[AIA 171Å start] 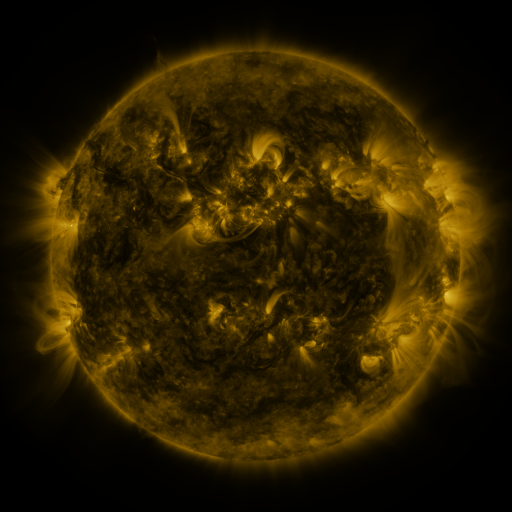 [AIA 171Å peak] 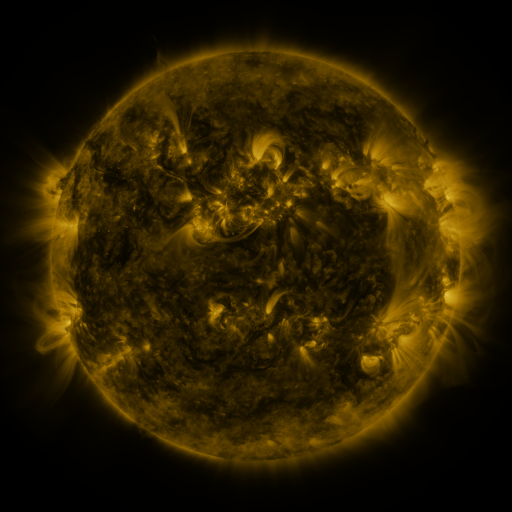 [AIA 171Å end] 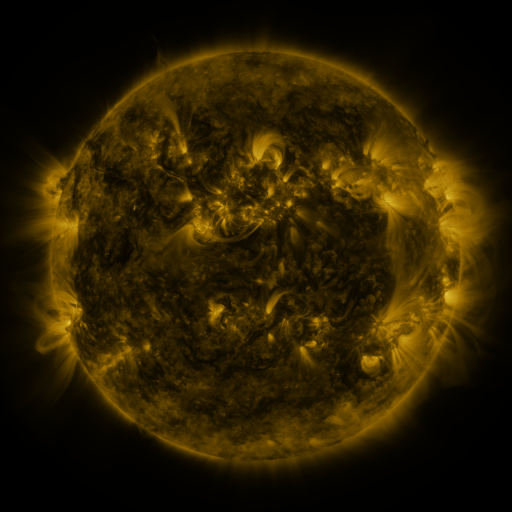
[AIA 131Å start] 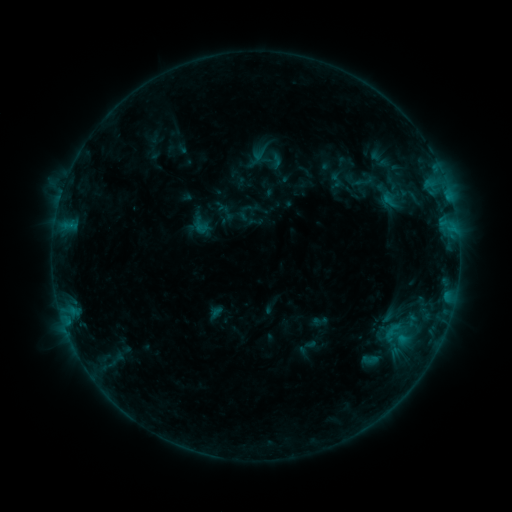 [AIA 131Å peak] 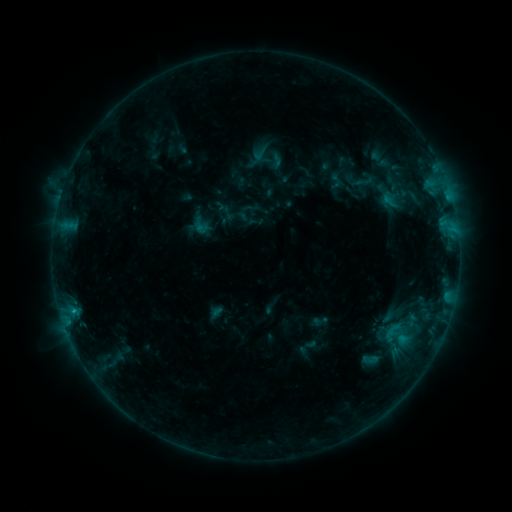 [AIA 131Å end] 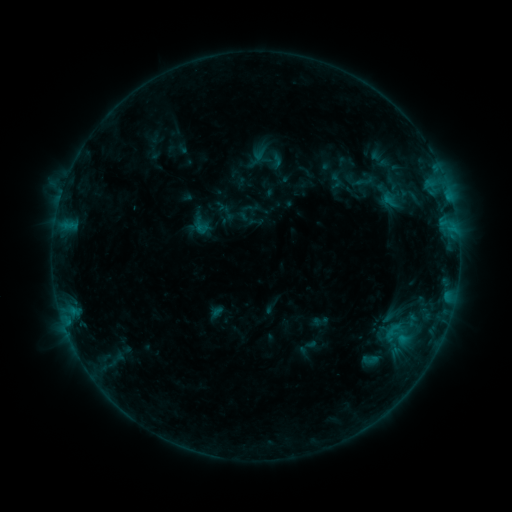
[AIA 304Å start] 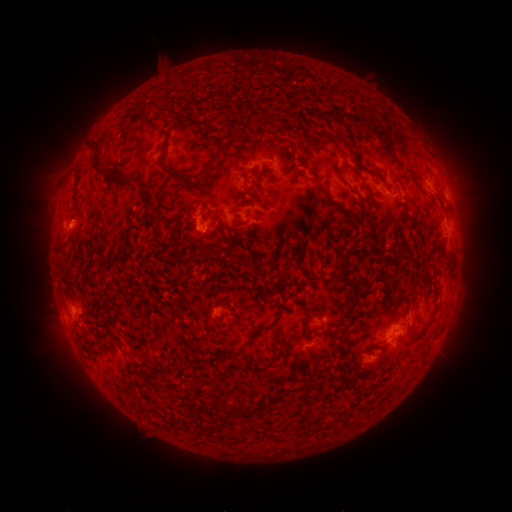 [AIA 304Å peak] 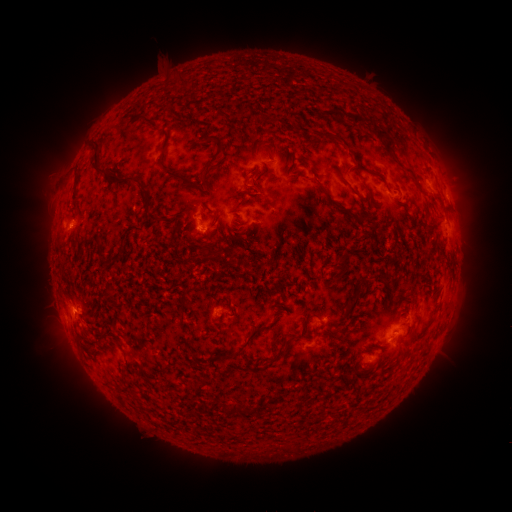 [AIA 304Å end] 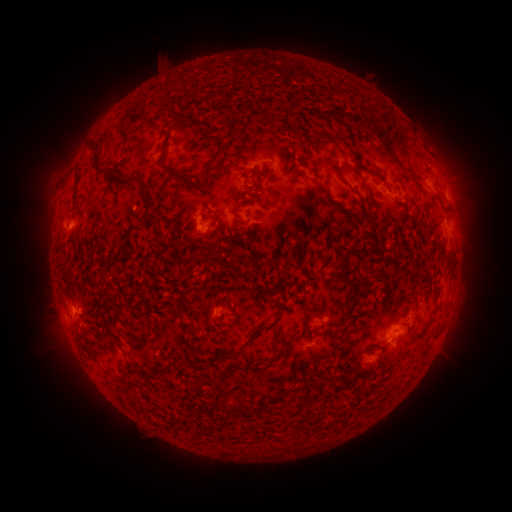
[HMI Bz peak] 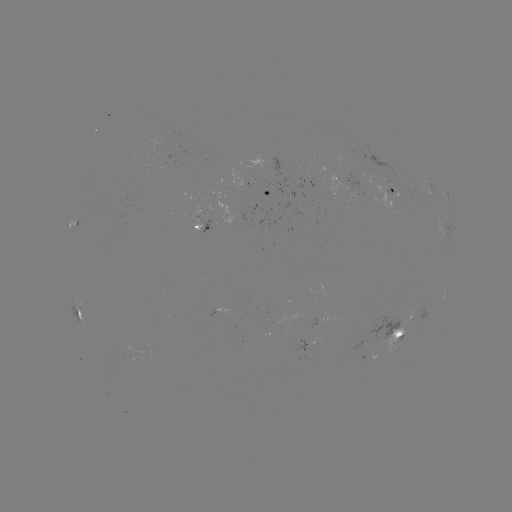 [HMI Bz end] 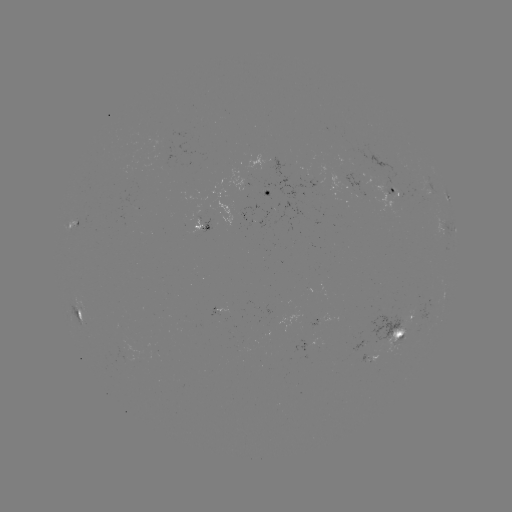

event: flare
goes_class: B4.9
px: (75, 308)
